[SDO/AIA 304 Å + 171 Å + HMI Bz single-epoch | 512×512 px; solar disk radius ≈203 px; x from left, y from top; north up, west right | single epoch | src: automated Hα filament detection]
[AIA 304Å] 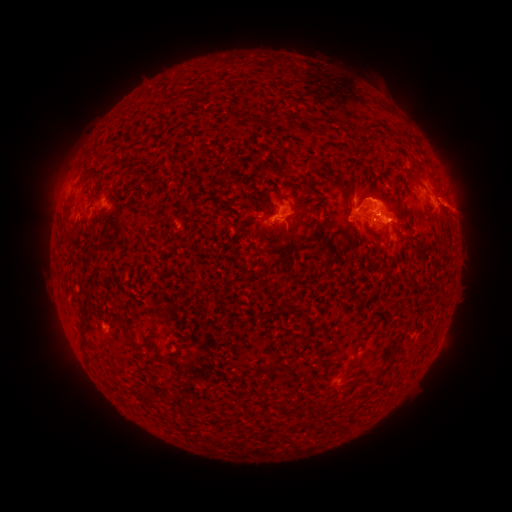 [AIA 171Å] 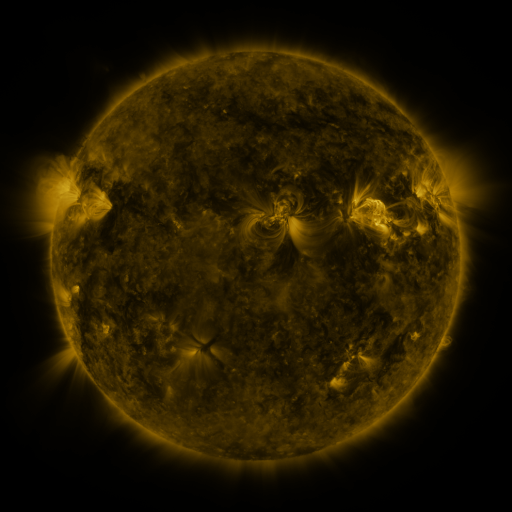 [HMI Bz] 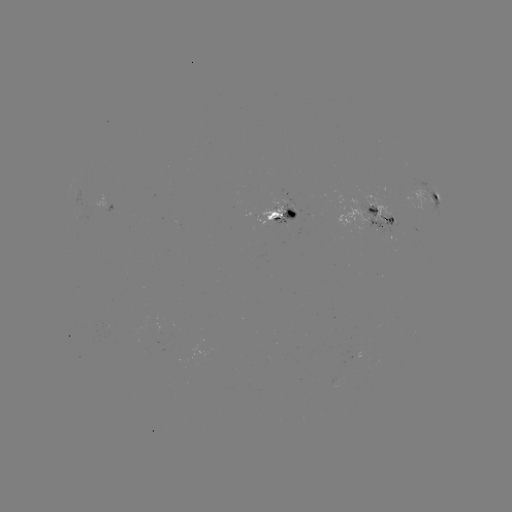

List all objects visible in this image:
filament: (362, 125, 374, 135)
filament: (295, 181, 306, 189)
filament: (158, 212, 173, 225)
filament: (108, 213, 124, 247)
filament: (262, 222, 277, 231)
filament: (375, 231, 384, 238)
filament: (138, 332, 154, 346)
filament: (357, 332, 369, 343)
filament: (265, 362, 276, 370)
filament: (377, 364, 391, 379)
filament: (350, 378, 360, 387)
filament: (254, 384, 269, 395)
filament: (276, 397, 288, 415)
filament: (314, 401, 327, 419)
